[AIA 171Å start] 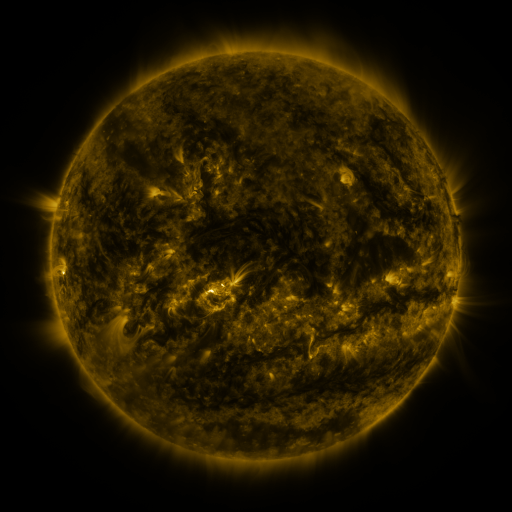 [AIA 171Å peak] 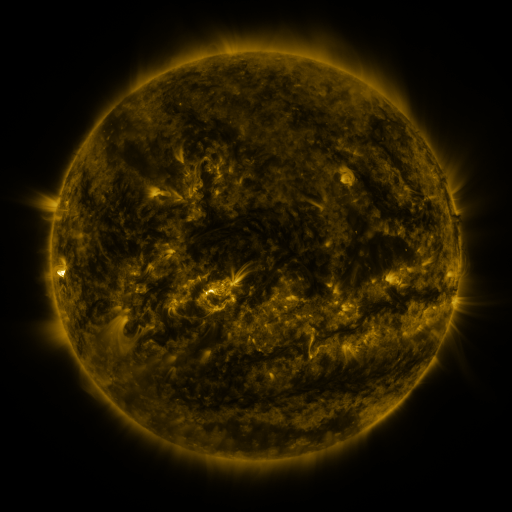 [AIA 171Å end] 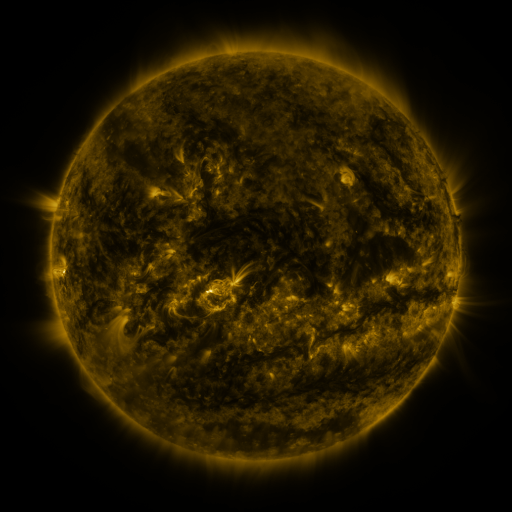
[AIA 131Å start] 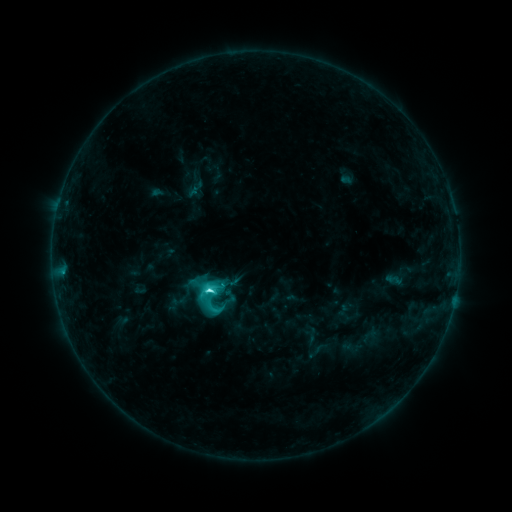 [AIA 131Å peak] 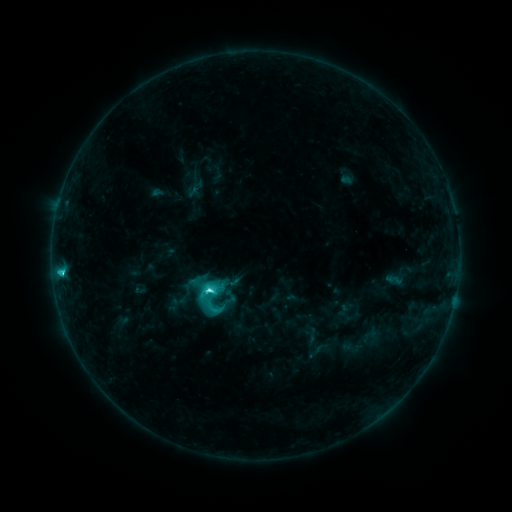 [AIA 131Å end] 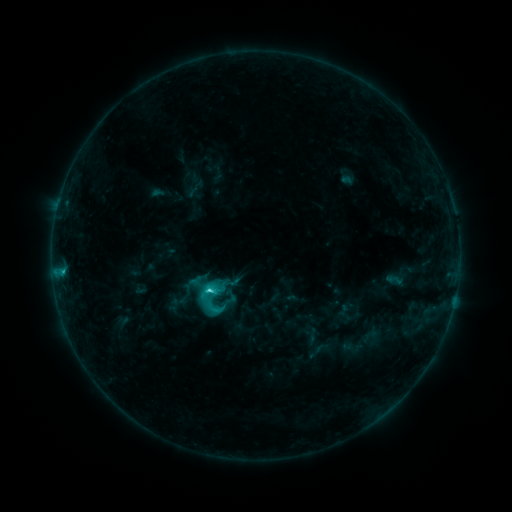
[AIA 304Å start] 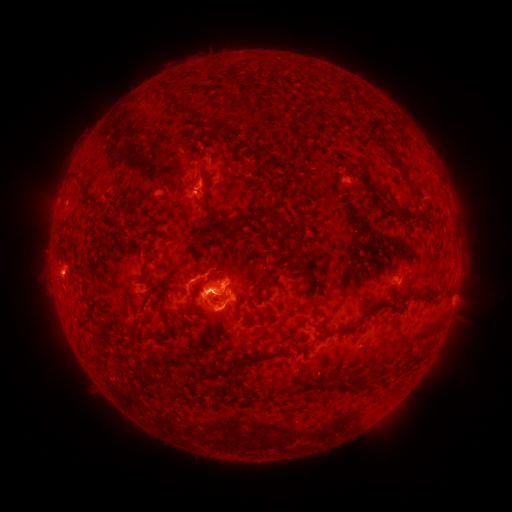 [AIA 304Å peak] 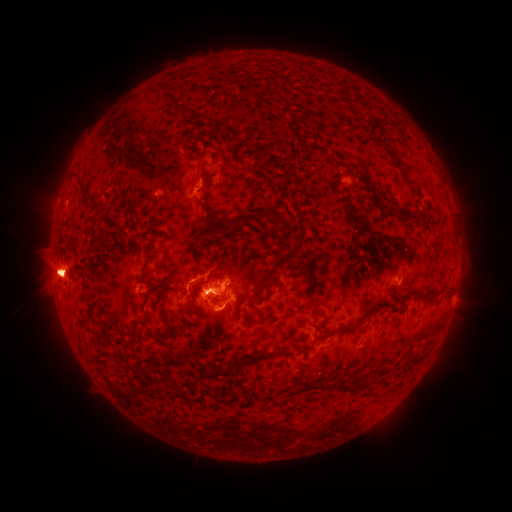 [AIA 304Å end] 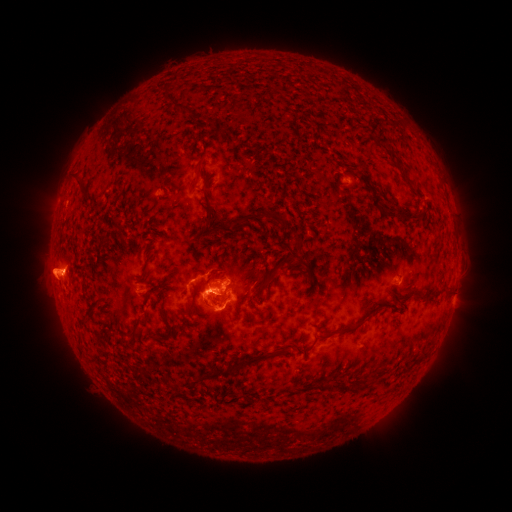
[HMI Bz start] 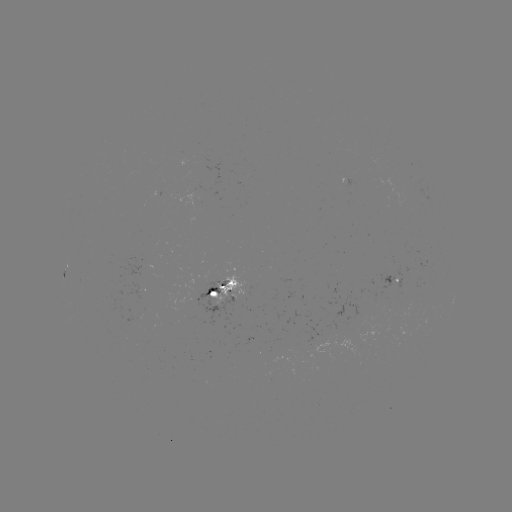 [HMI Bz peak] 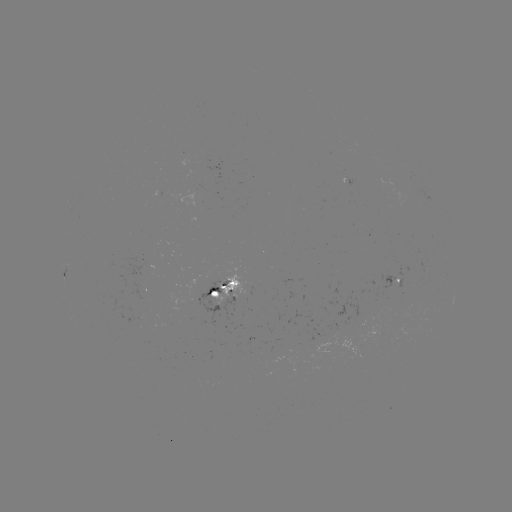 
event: eruption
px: (58, 271)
